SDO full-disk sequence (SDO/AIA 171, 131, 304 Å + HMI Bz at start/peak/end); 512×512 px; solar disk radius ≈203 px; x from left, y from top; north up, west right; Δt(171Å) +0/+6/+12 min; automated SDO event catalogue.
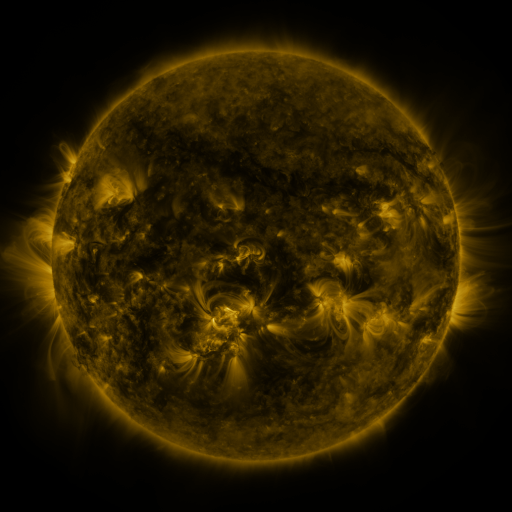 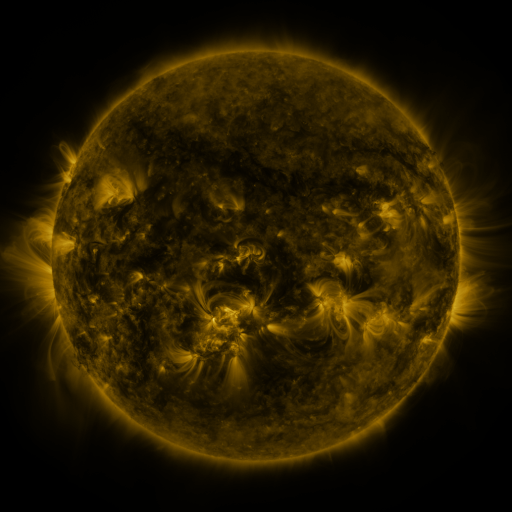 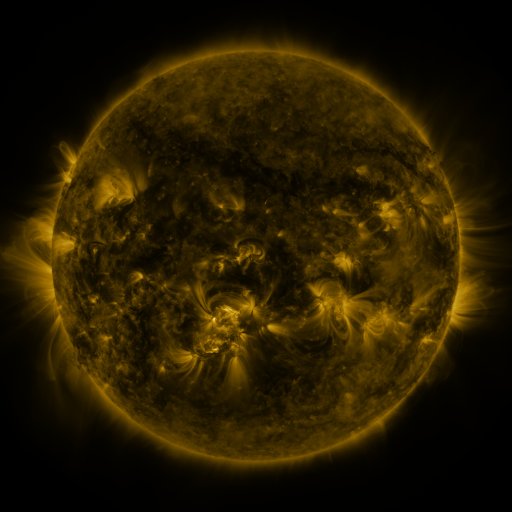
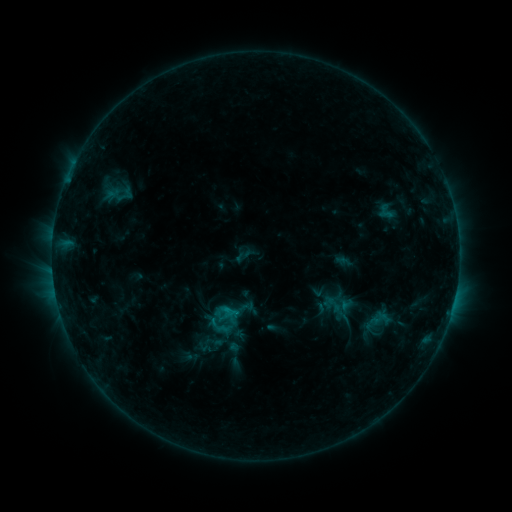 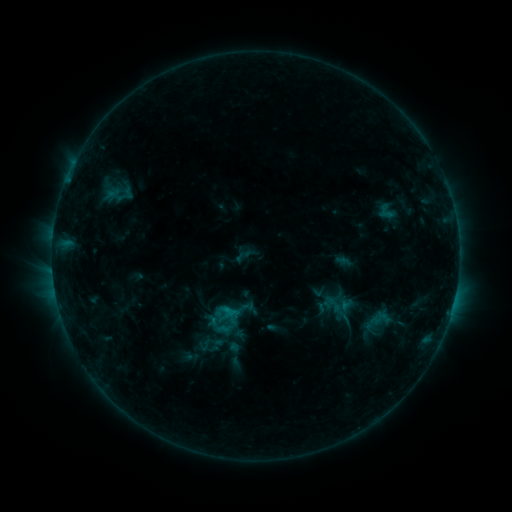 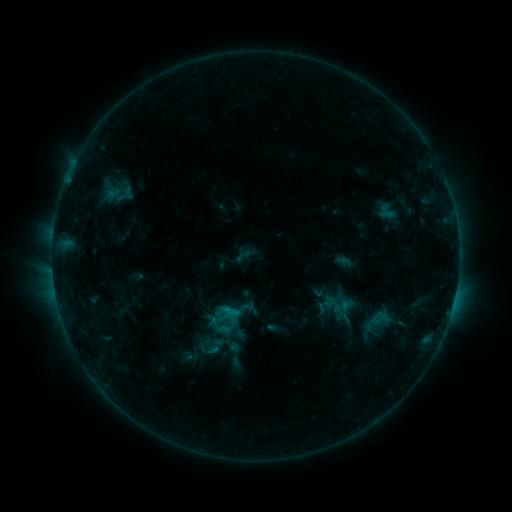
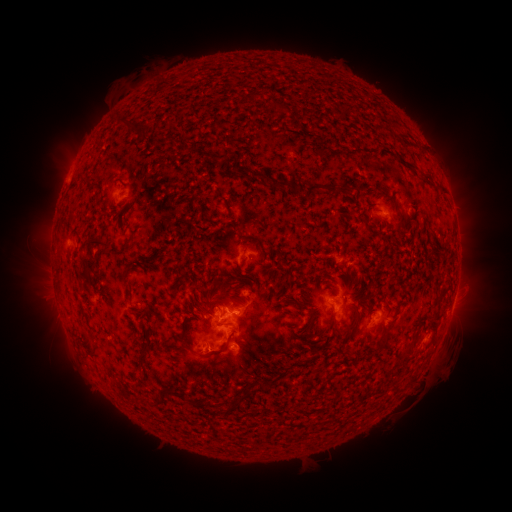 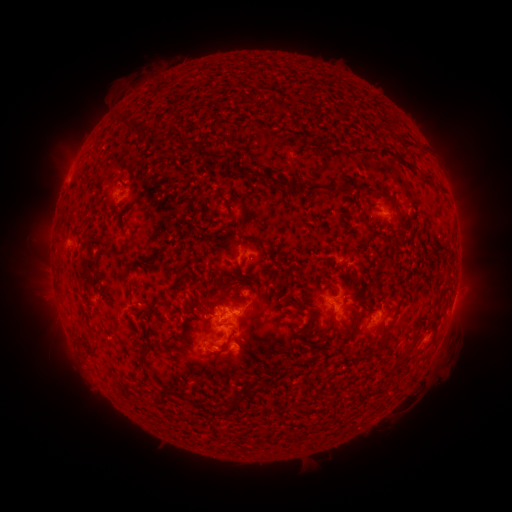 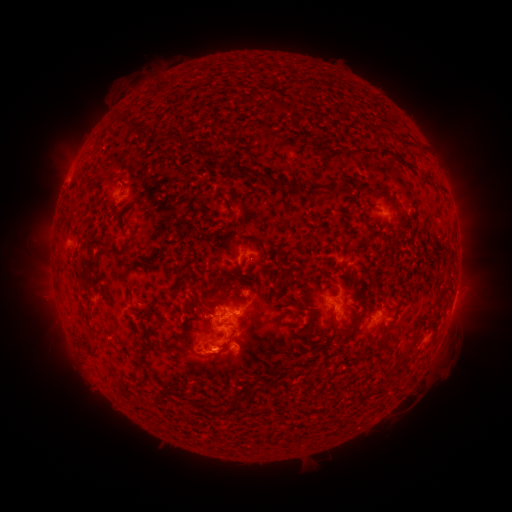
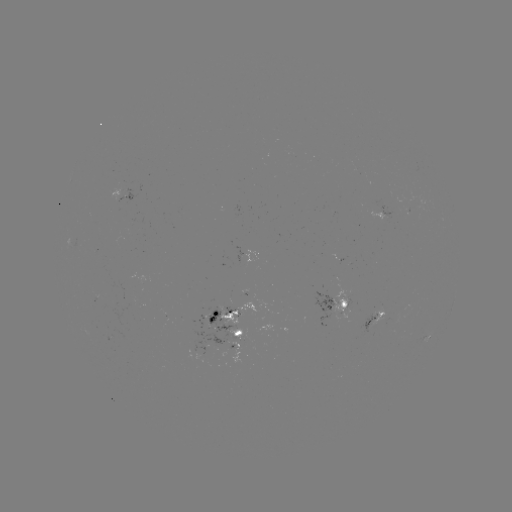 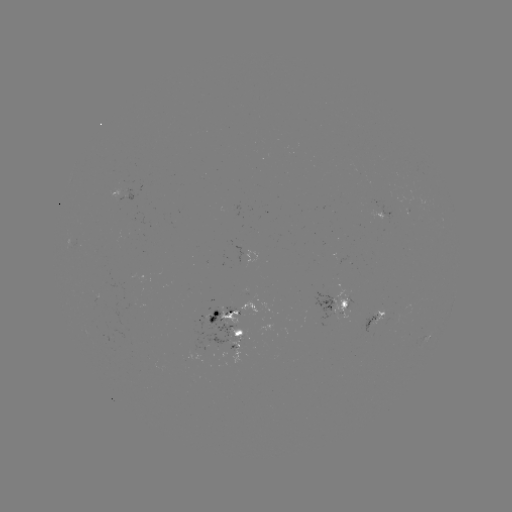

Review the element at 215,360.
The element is eruption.